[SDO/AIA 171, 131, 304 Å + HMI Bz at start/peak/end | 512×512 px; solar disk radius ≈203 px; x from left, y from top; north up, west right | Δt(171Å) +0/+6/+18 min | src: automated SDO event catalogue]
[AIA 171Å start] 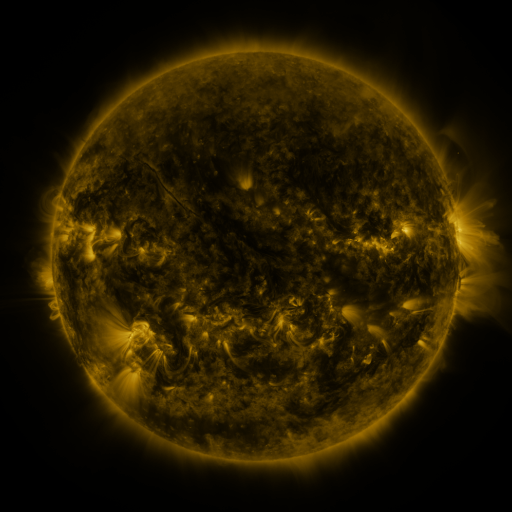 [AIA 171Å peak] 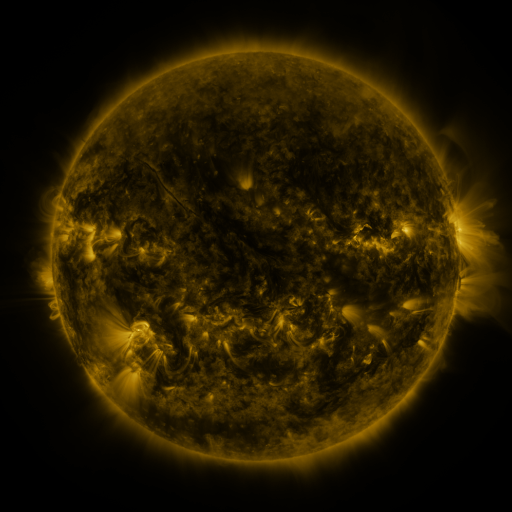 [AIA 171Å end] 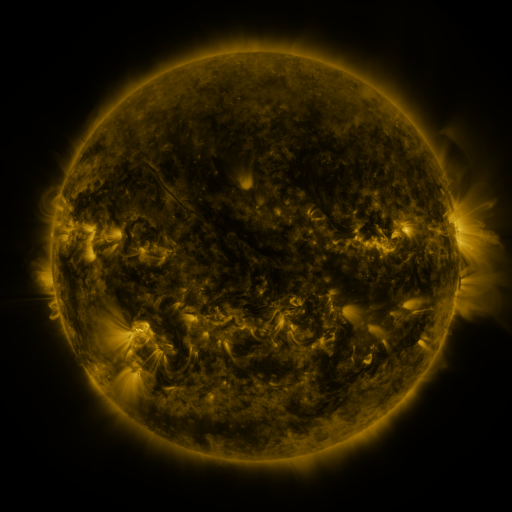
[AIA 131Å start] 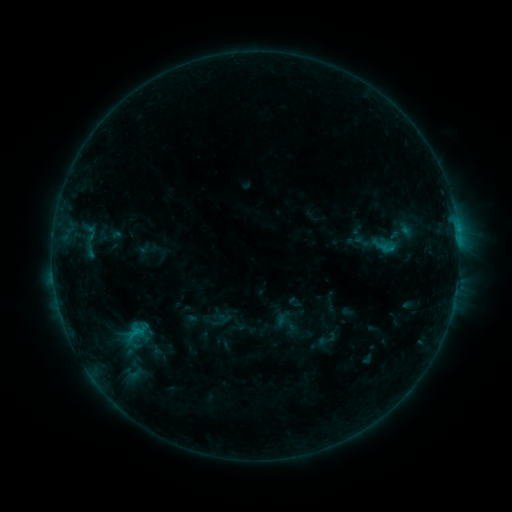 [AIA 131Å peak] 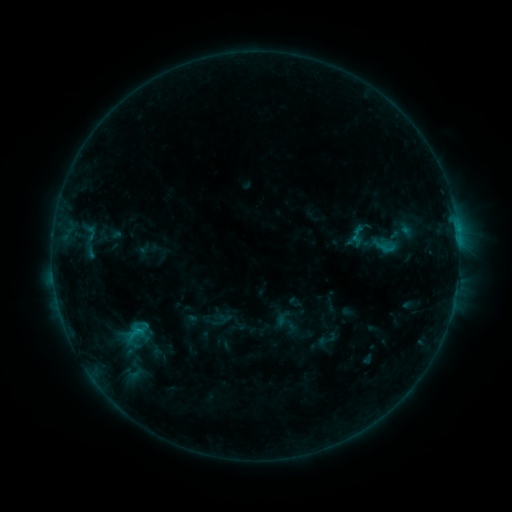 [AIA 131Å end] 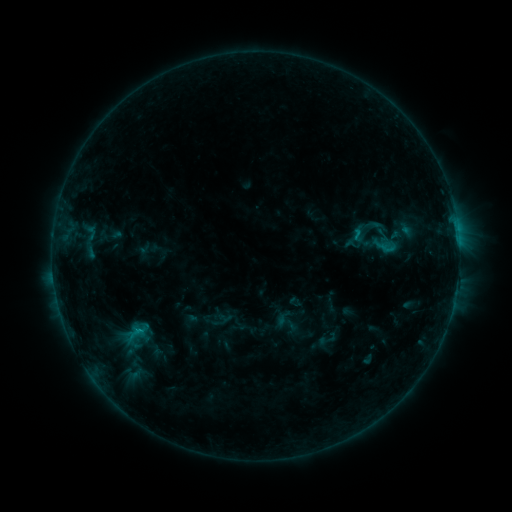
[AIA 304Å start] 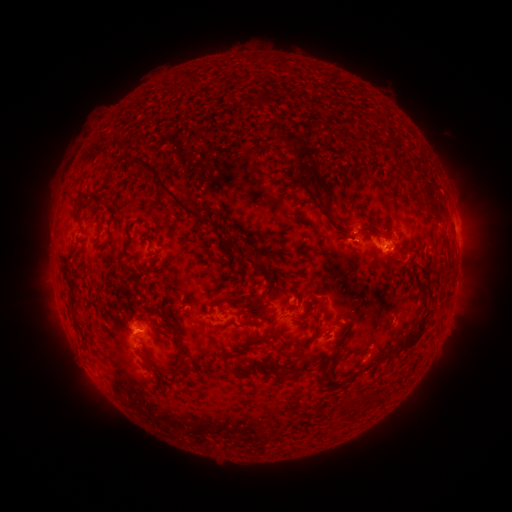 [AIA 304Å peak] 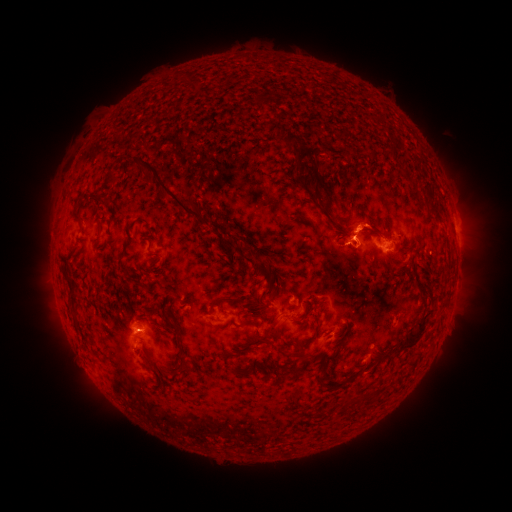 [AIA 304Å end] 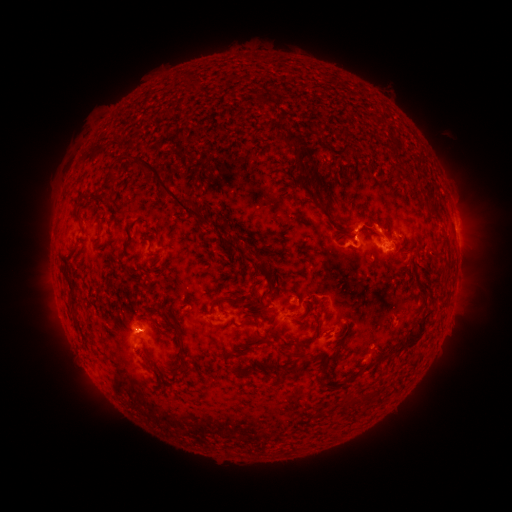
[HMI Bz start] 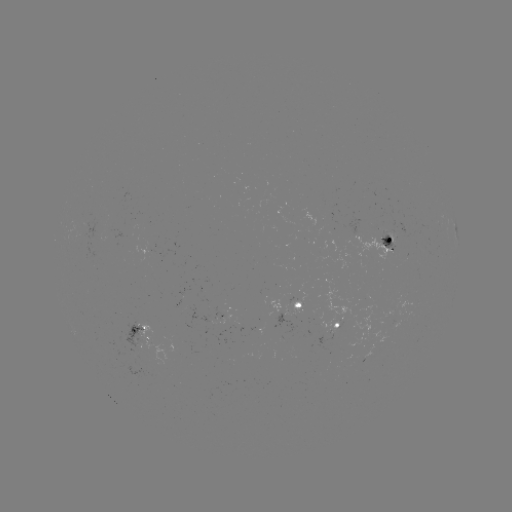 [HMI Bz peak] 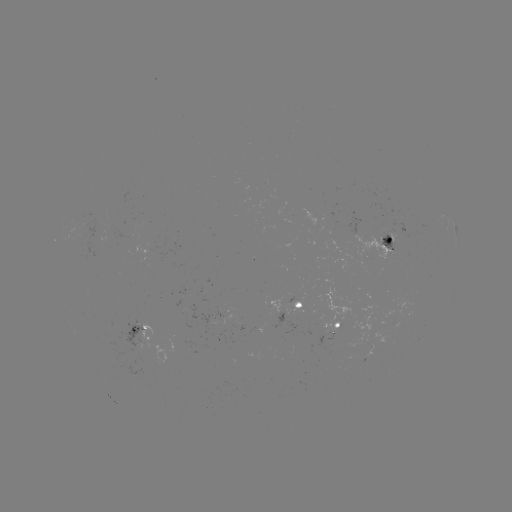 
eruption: (321, 194, 403, 277)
